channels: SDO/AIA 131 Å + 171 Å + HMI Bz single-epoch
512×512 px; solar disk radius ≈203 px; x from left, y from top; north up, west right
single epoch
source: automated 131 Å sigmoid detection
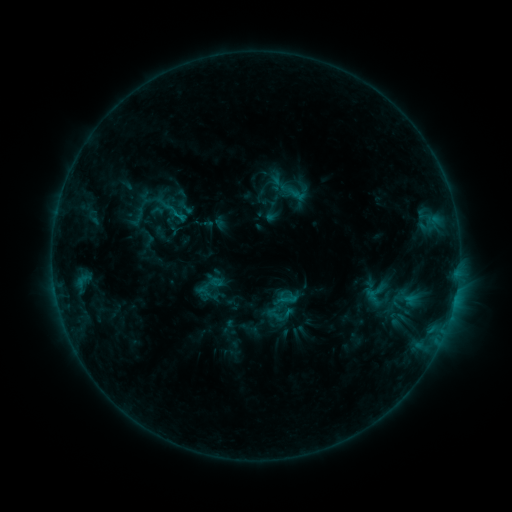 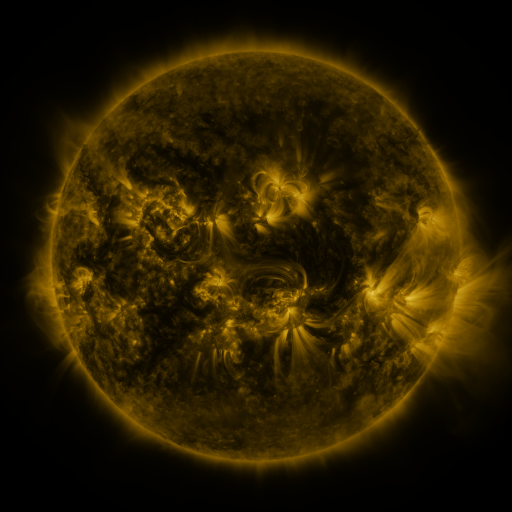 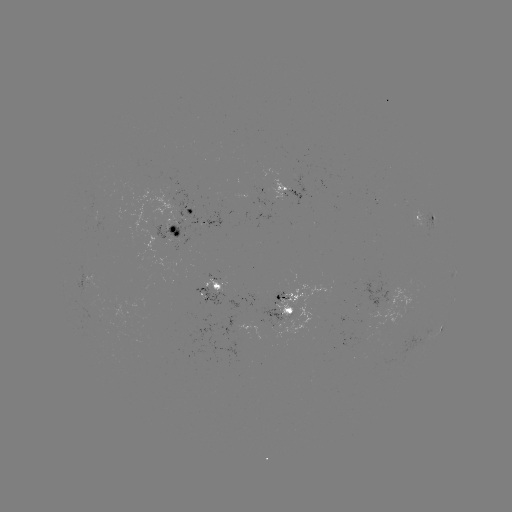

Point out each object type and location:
sigmoid: [270, 175, 289, 193]
sigmoid: [360, 277, 392, 310]
sigmoid: [388, 282, 422, 317]
